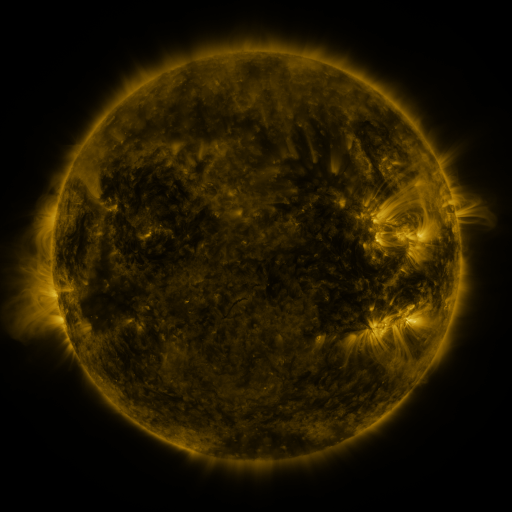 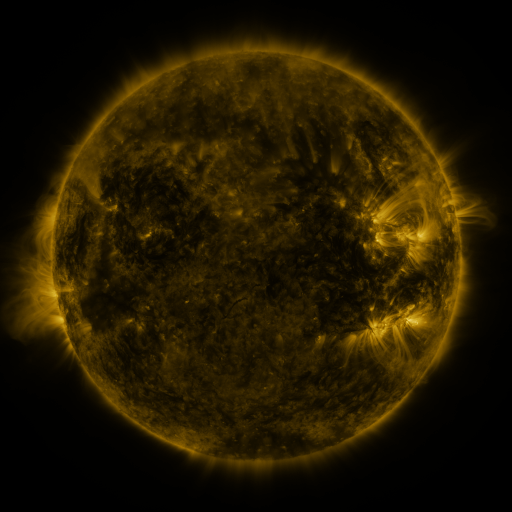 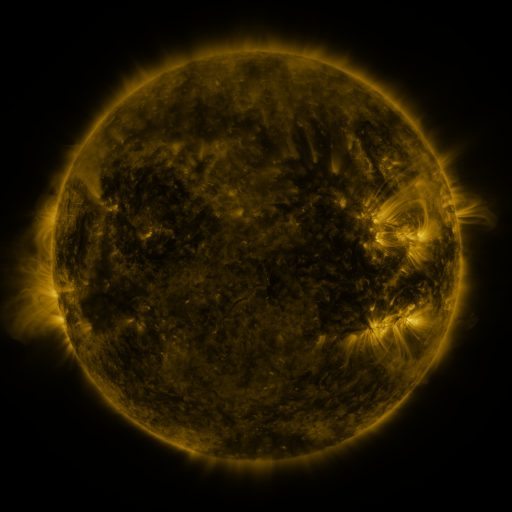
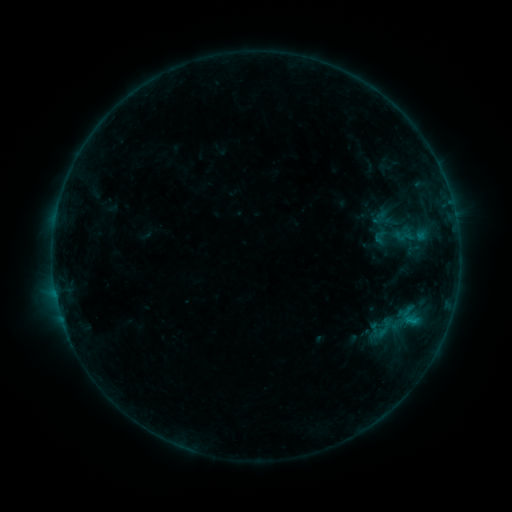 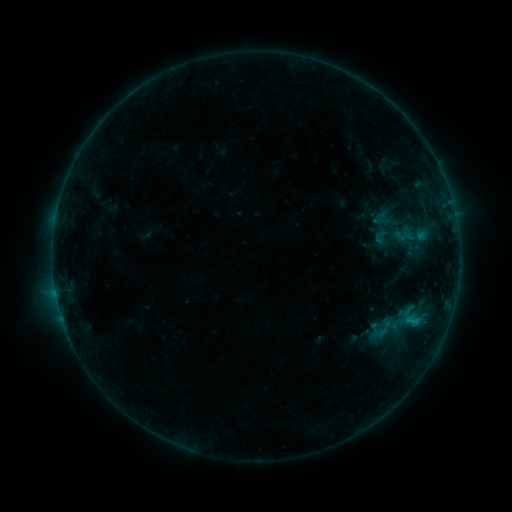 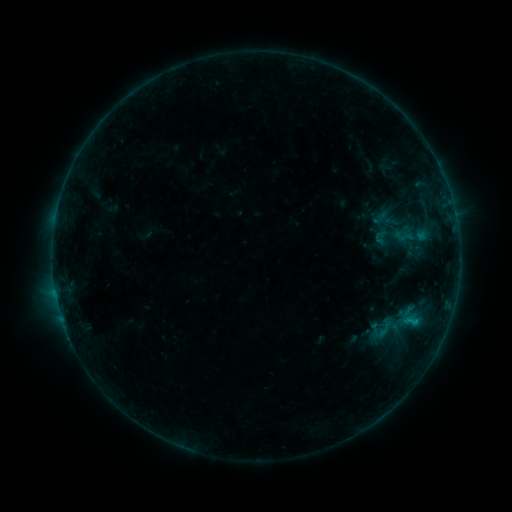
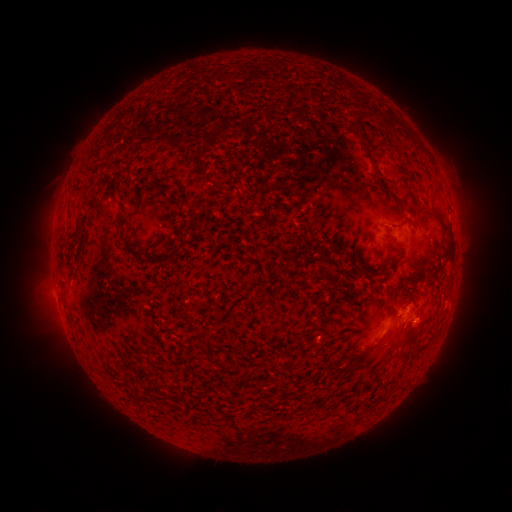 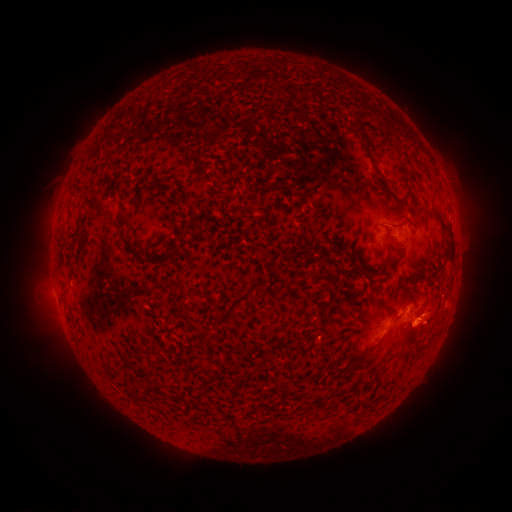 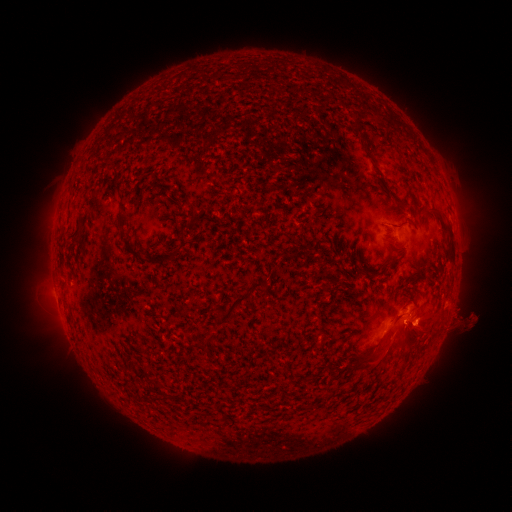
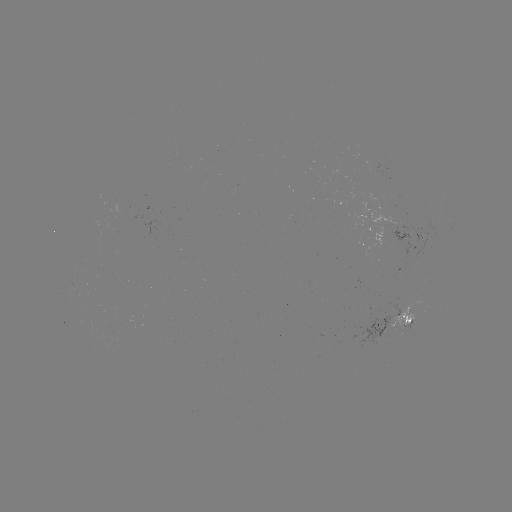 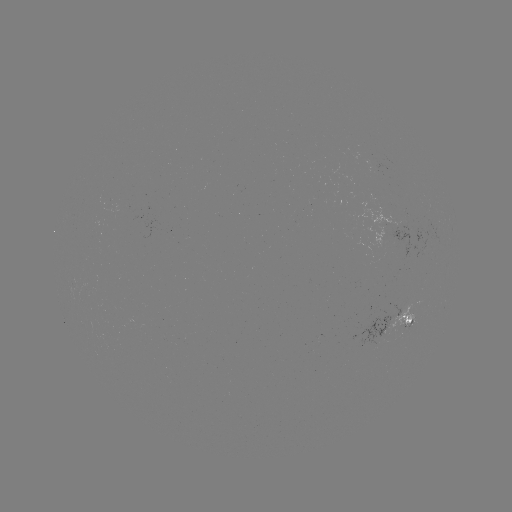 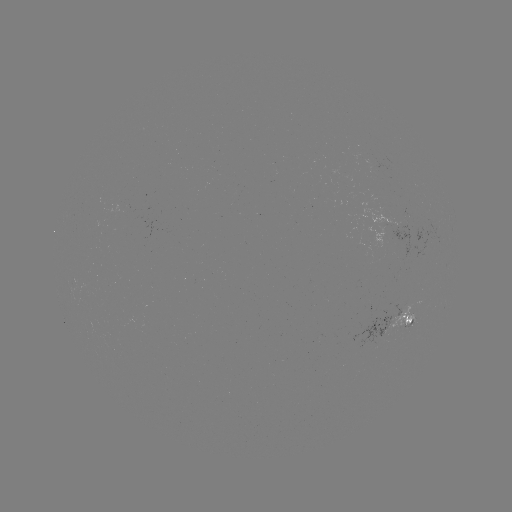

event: eruption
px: (430, 323)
